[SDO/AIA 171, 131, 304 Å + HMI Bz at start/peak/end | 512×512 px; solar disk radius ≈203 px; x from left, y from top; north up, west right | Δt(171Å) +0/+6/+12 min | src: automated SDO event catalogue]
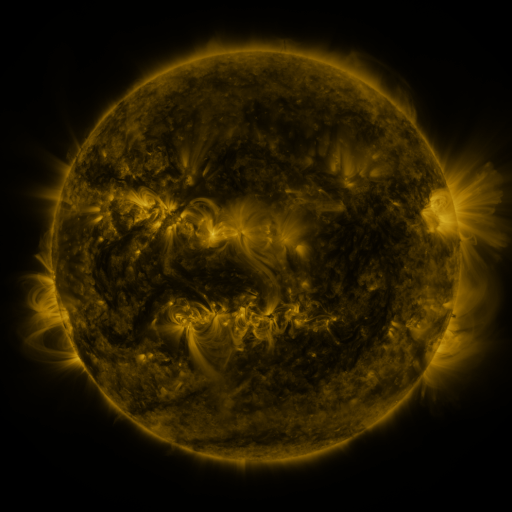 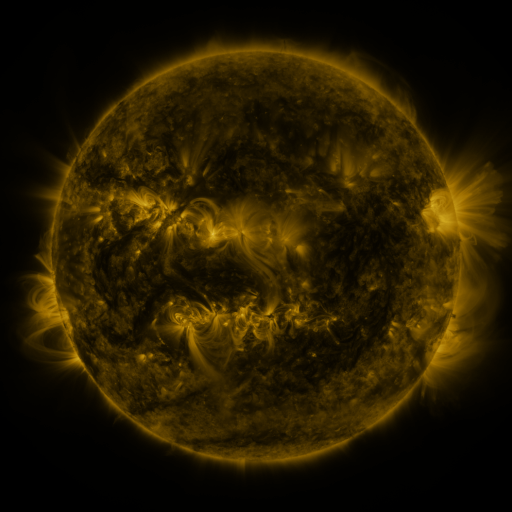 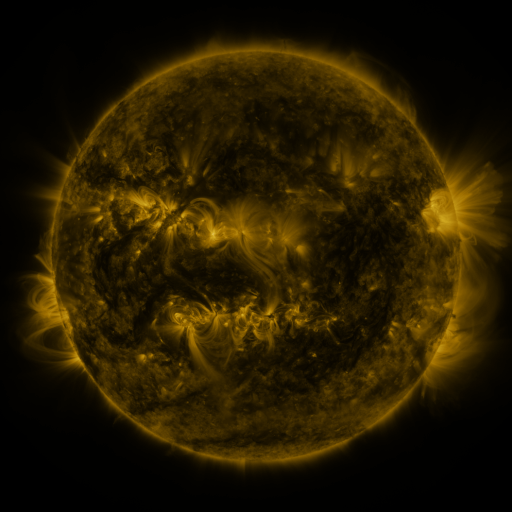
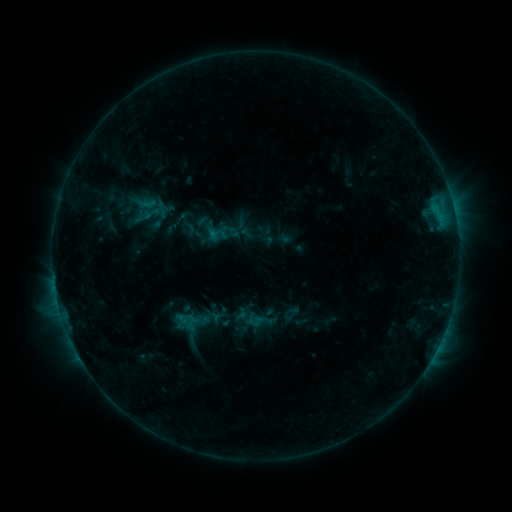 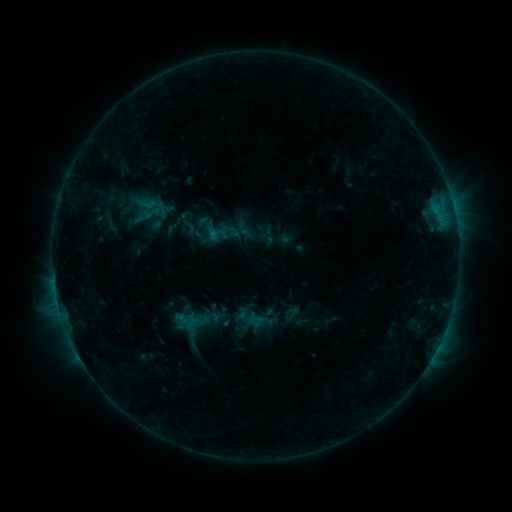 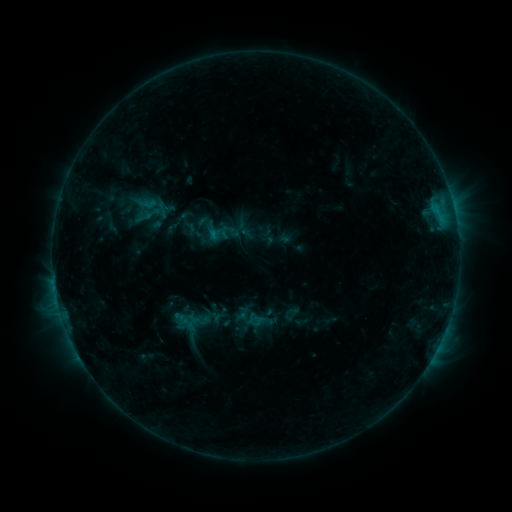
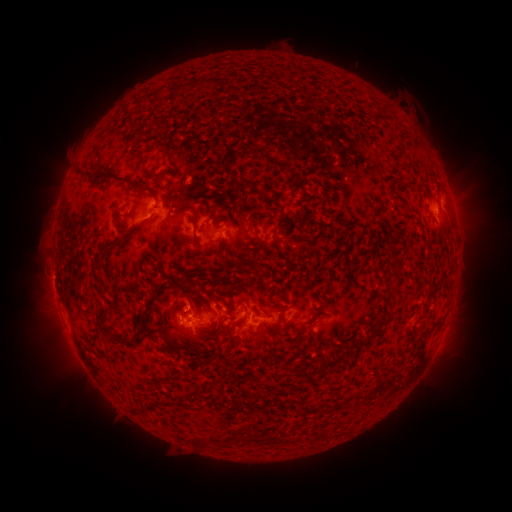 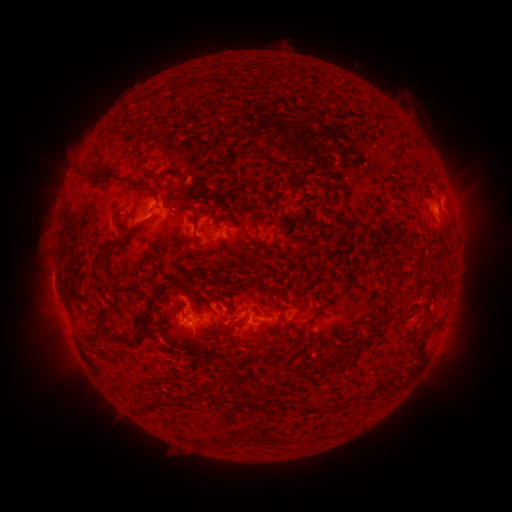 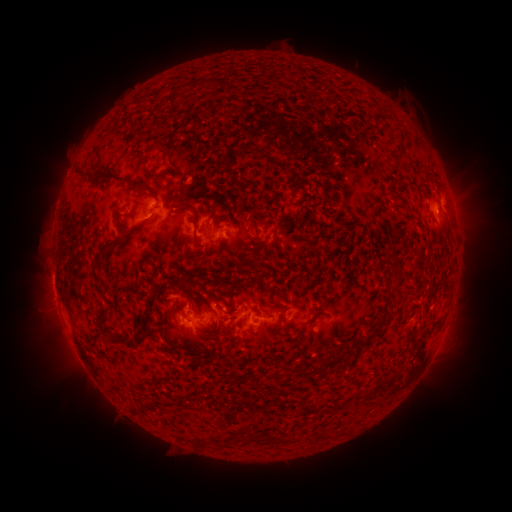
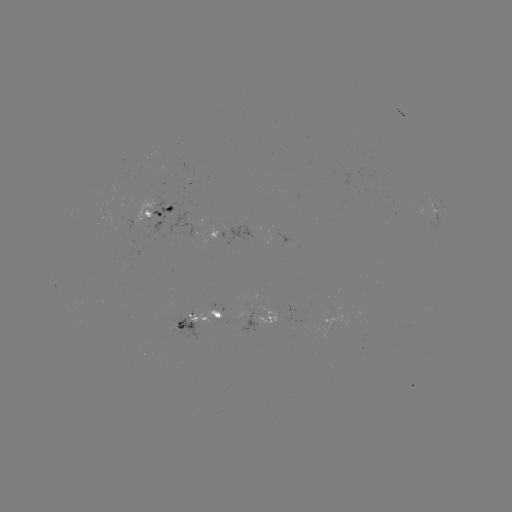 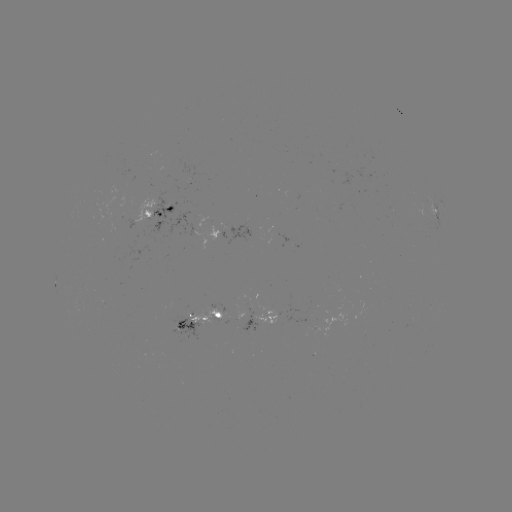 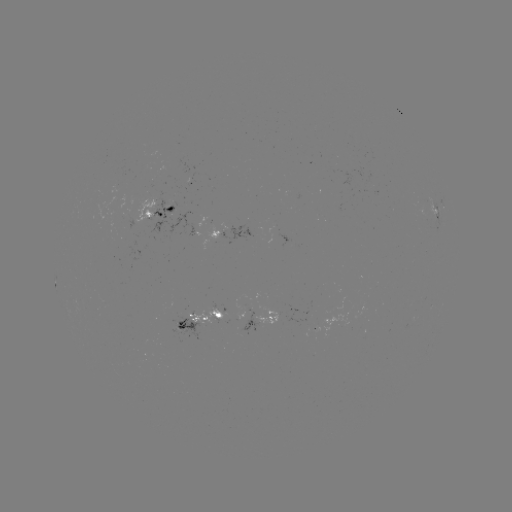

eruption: <bbox>157, 274, 201, 310</bbox>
